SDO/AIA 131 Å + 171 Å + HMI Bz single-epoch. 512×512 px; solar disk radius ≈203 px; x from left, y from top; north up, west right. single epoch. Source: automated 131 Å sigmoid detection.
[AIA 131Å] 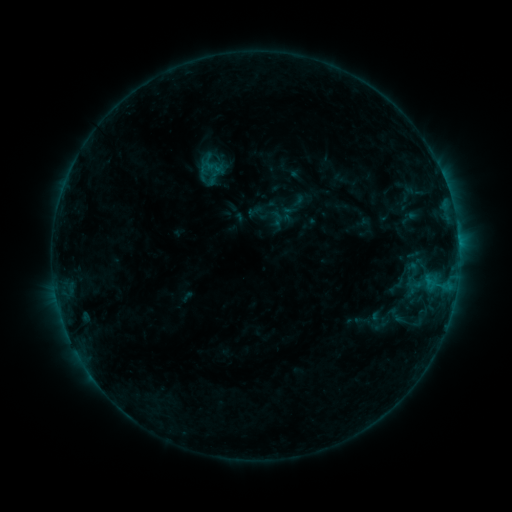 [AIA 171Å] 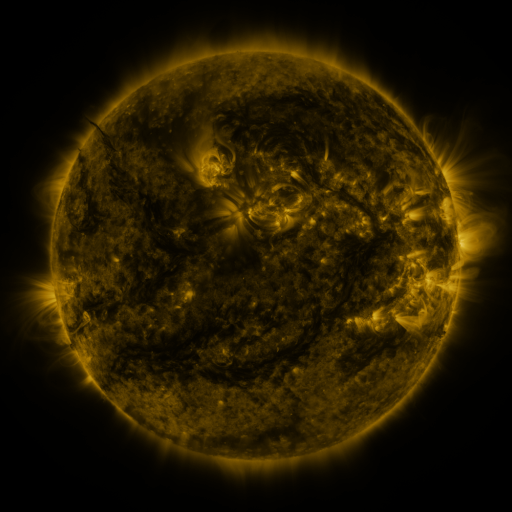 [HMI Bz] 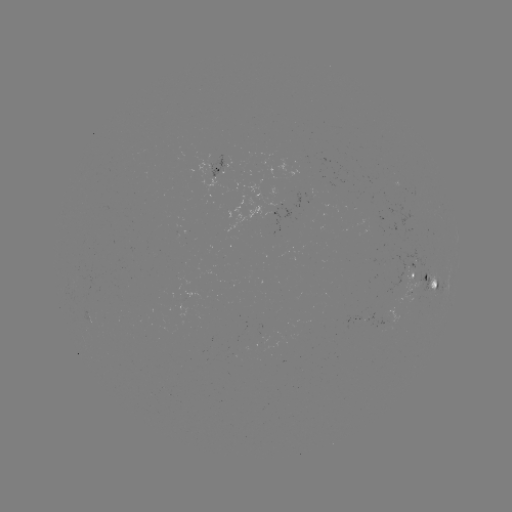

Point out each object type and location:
sigmoid: <bbox>269, 211, 285, 227</bbox>
